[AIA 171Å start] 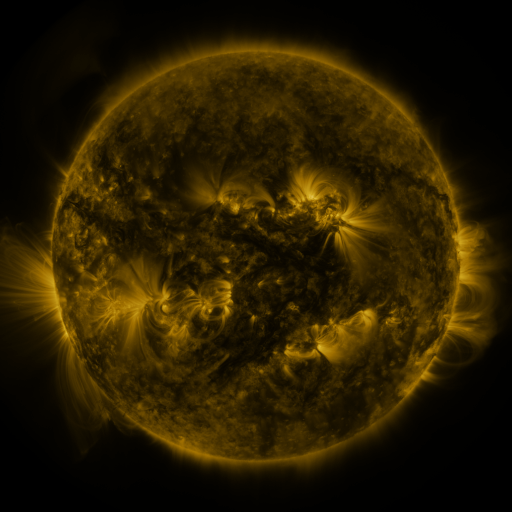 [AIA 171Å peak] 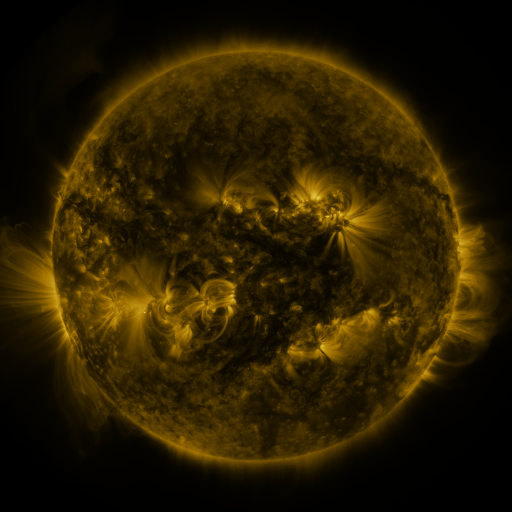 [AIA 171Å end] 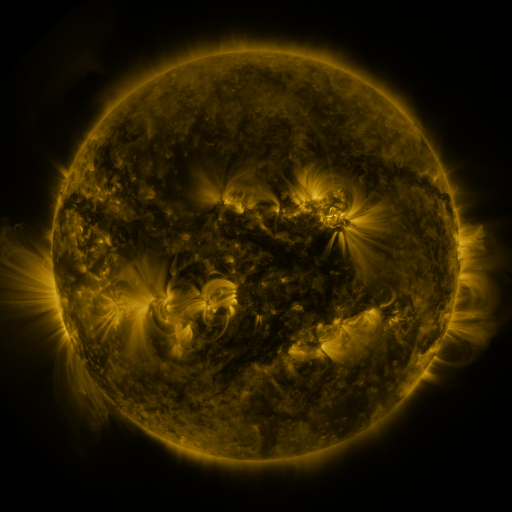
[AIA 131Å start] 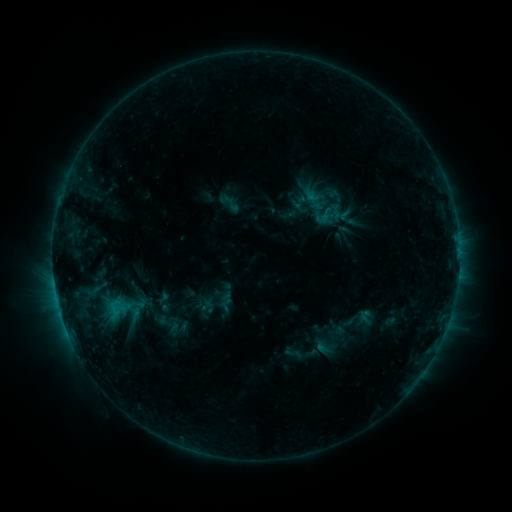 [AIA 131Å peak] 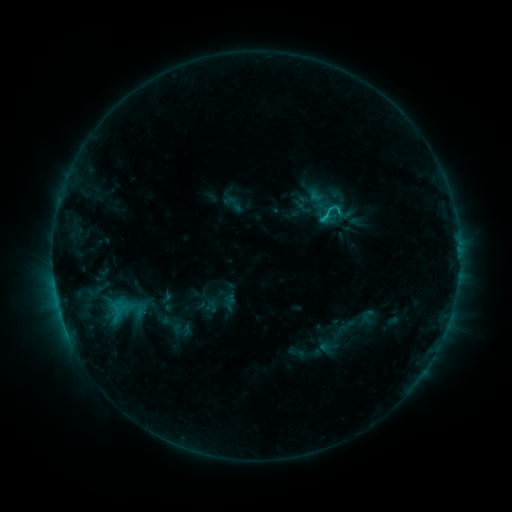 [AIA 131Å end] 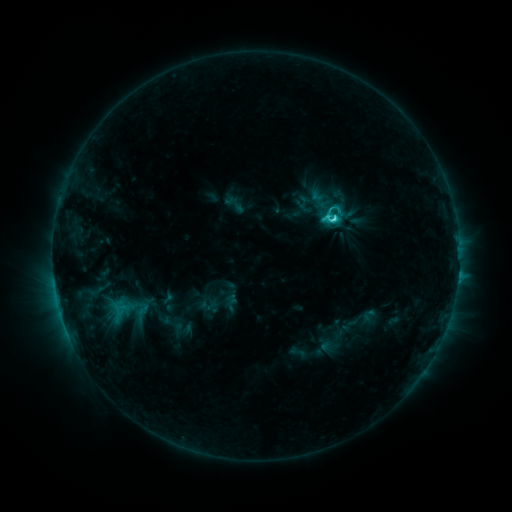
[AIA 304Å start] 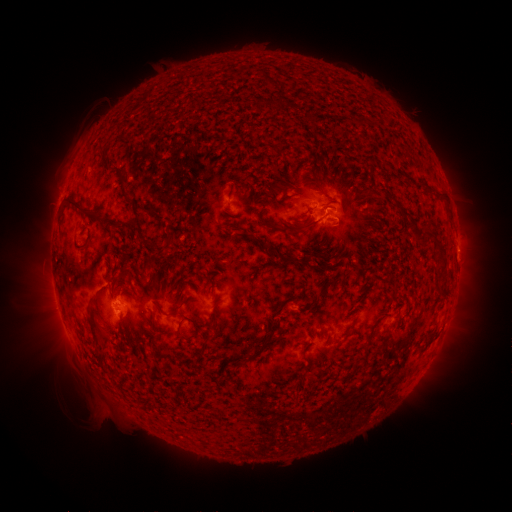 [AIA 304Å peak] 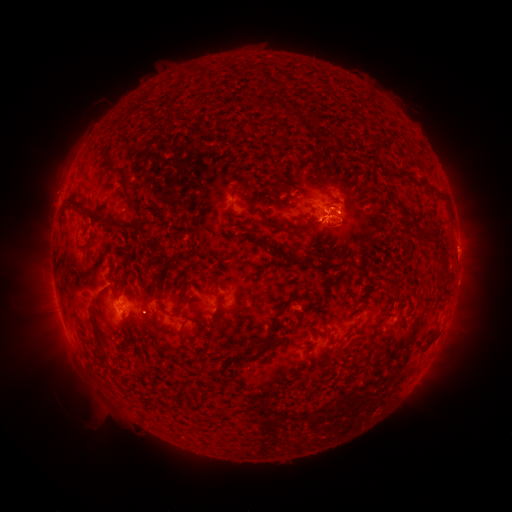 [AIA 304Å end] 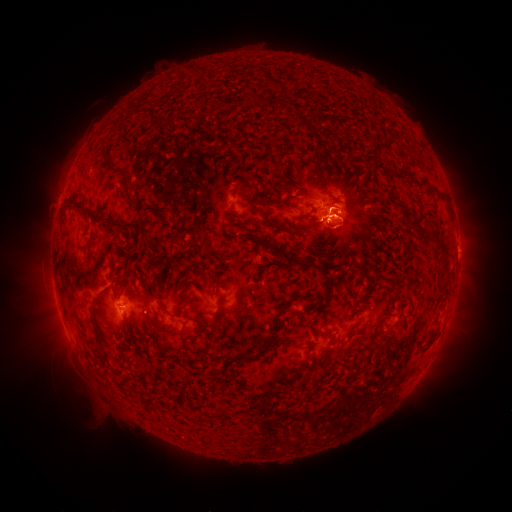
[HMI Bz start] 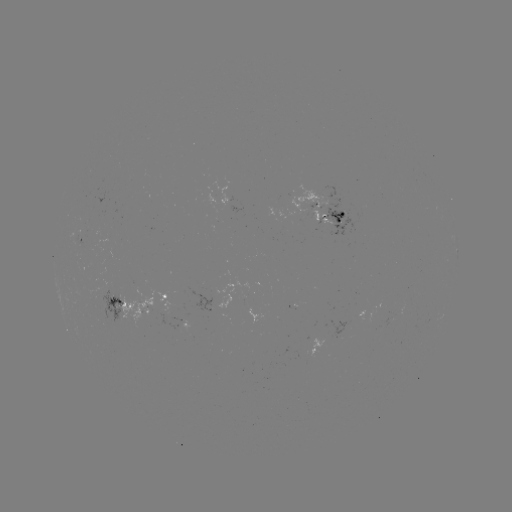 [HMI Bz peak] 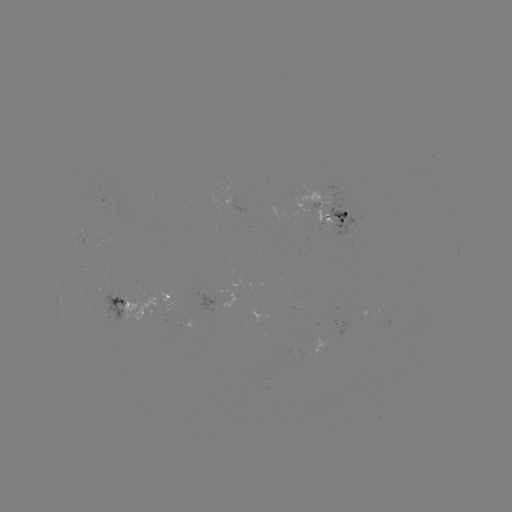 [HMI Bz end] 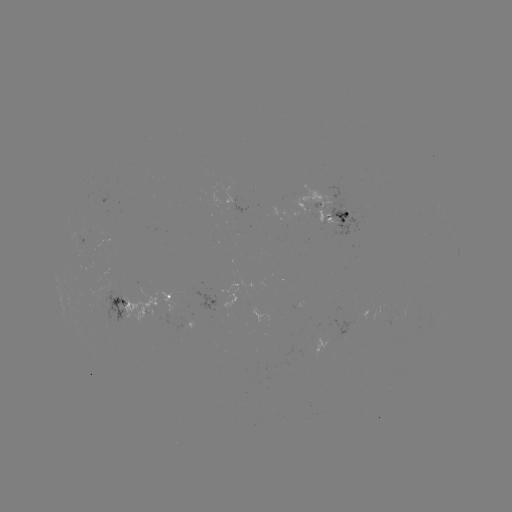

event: emerging-flux region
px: (349, 323)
